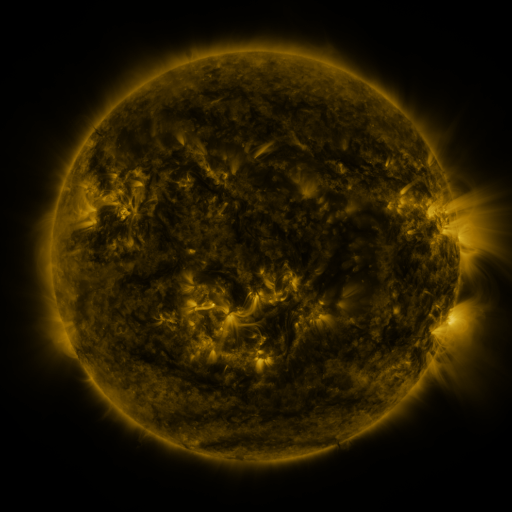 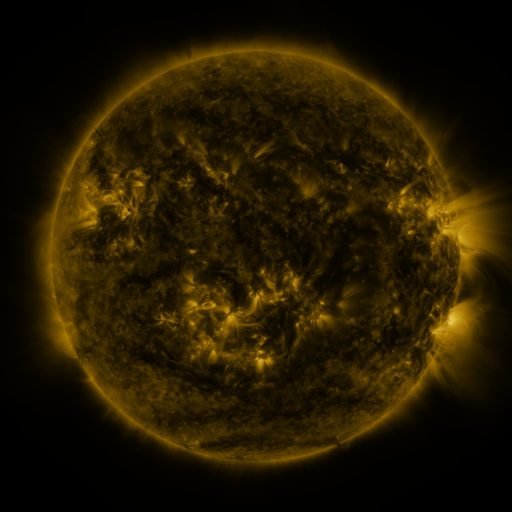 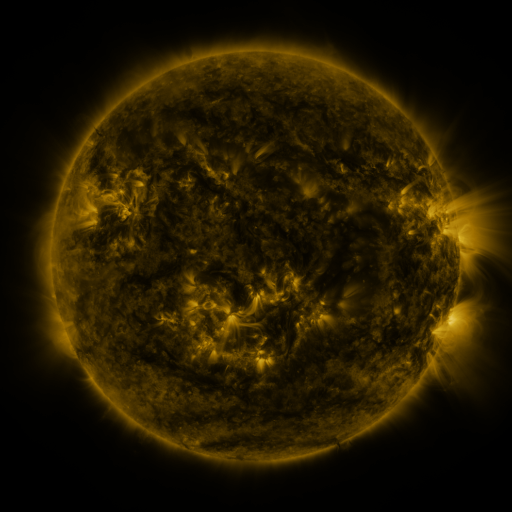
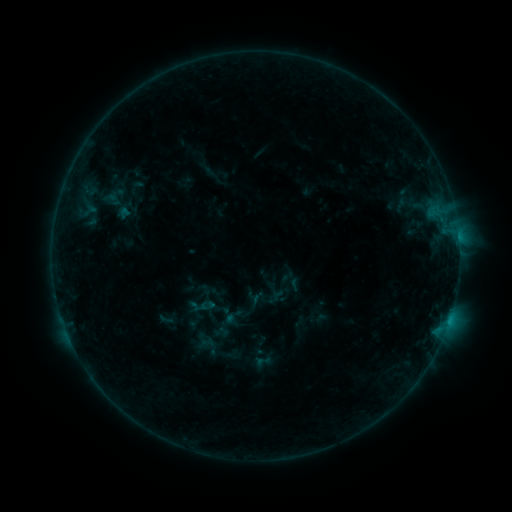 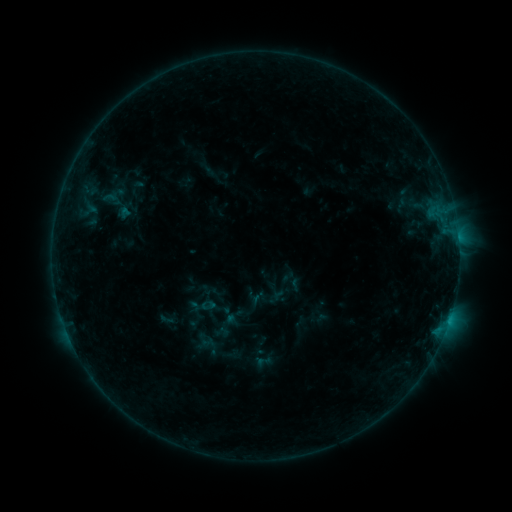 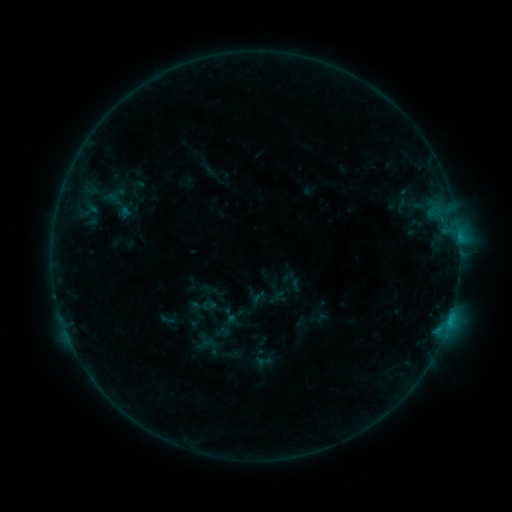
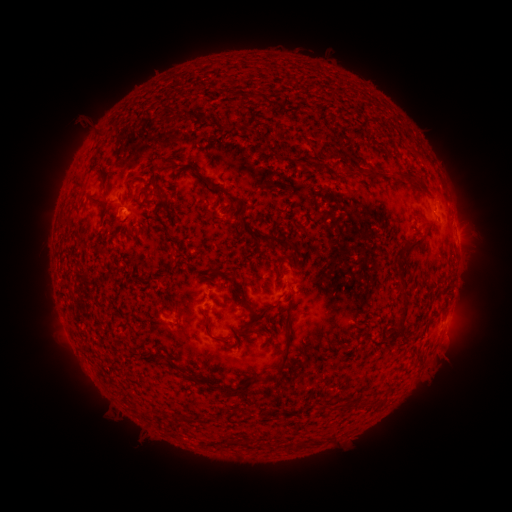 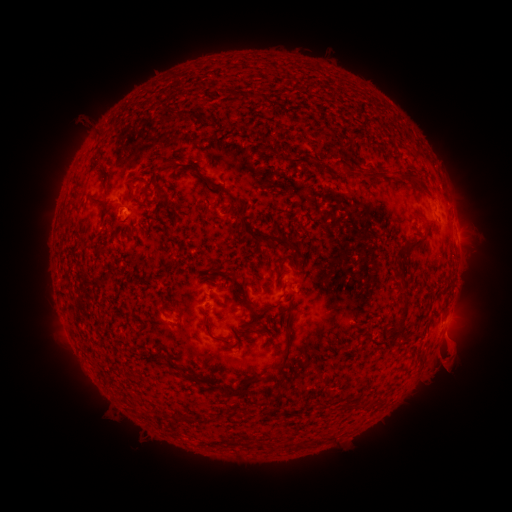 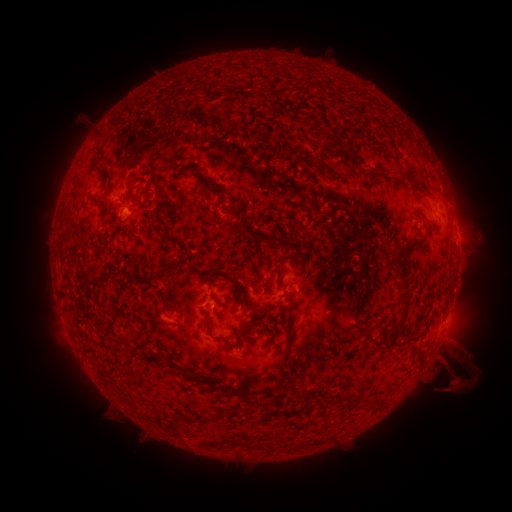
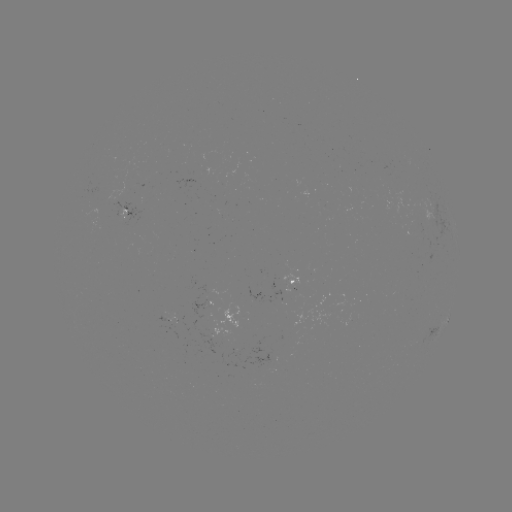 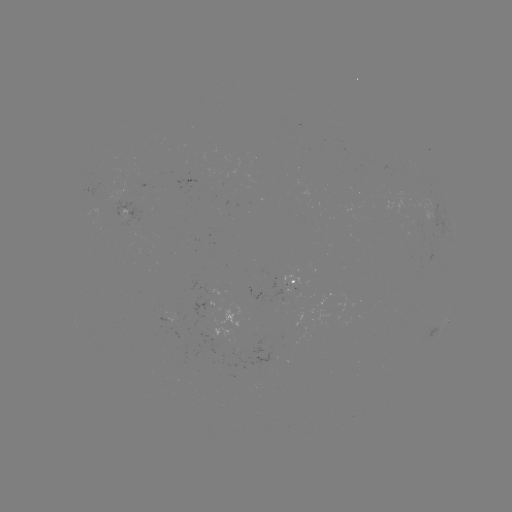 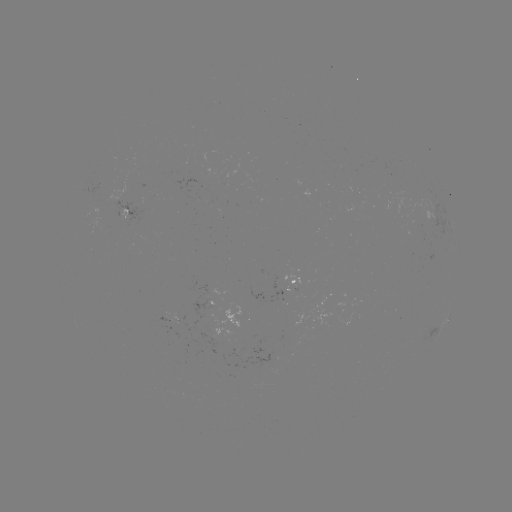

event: eruption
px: (455, 361)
